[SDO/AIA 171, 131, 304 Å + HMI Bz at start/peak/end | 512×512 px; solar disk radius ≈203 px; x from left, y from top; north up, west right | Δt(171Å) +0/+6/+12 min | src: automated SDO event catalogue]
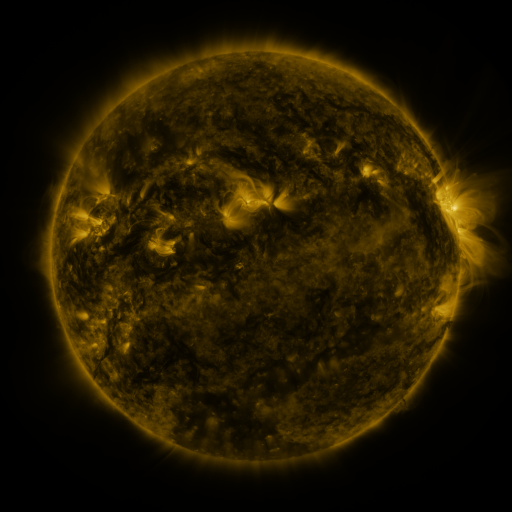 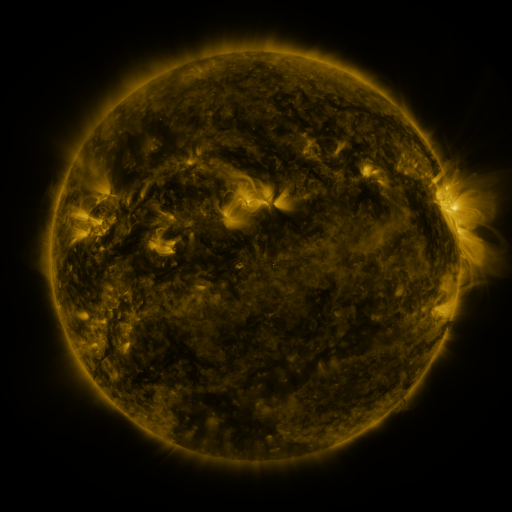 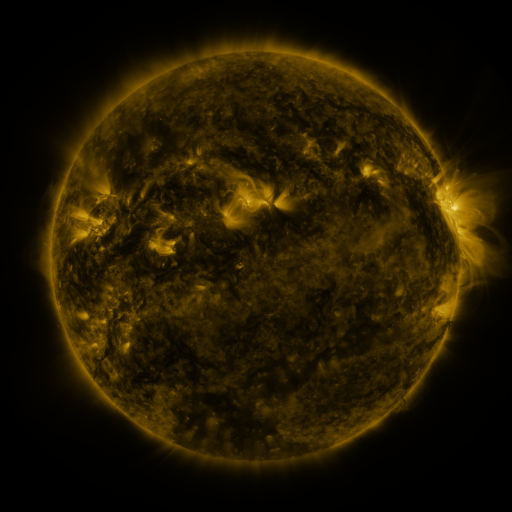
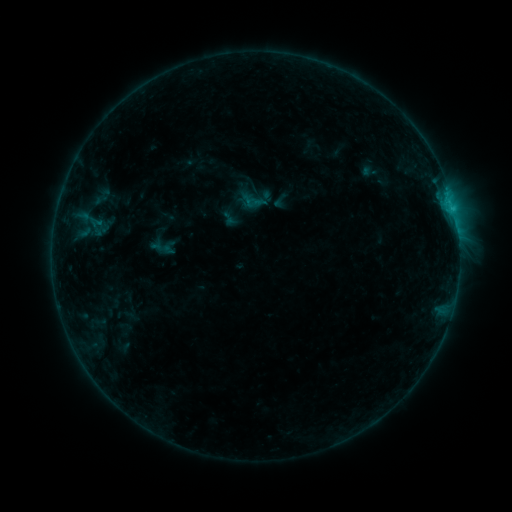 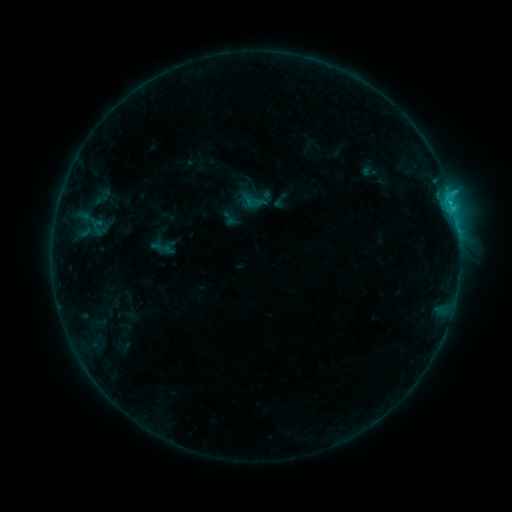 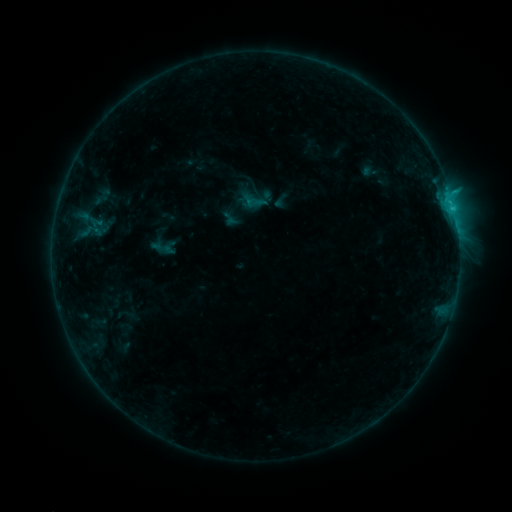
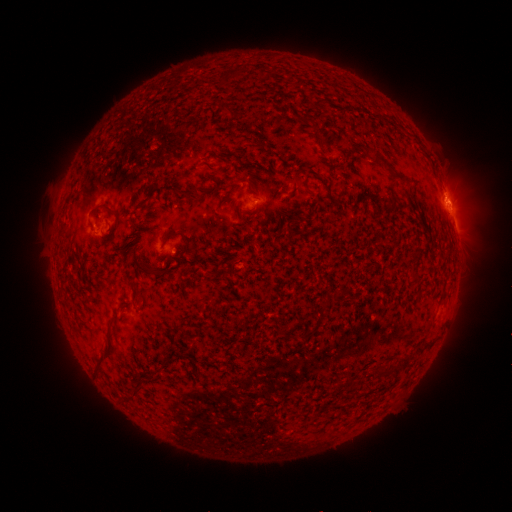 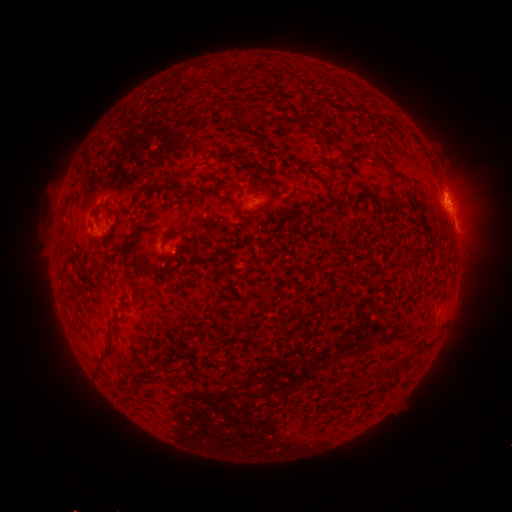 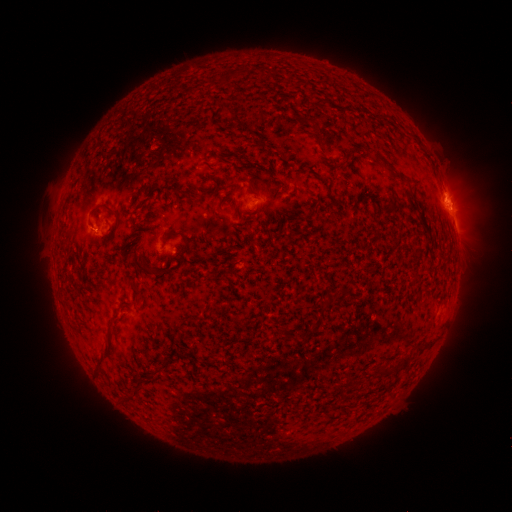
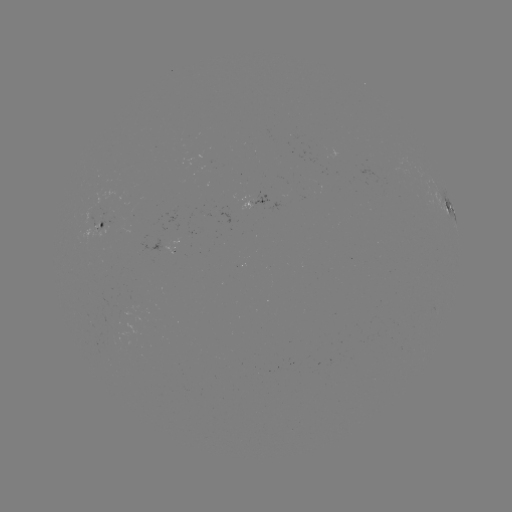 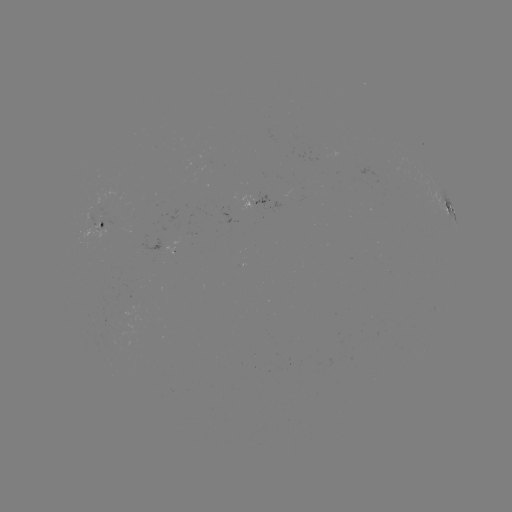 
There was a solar flare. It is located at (450, 206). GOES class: B9.6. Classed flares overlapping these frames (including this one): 1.